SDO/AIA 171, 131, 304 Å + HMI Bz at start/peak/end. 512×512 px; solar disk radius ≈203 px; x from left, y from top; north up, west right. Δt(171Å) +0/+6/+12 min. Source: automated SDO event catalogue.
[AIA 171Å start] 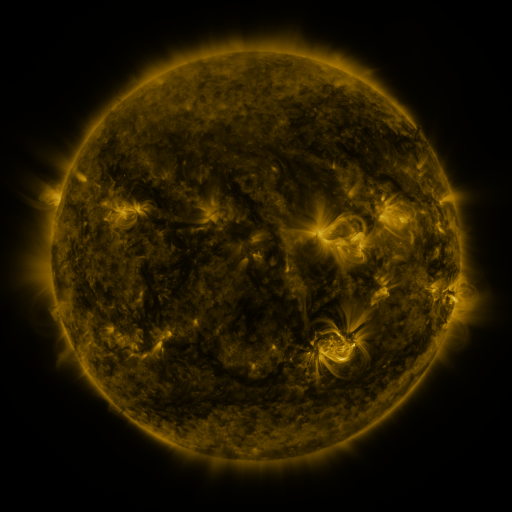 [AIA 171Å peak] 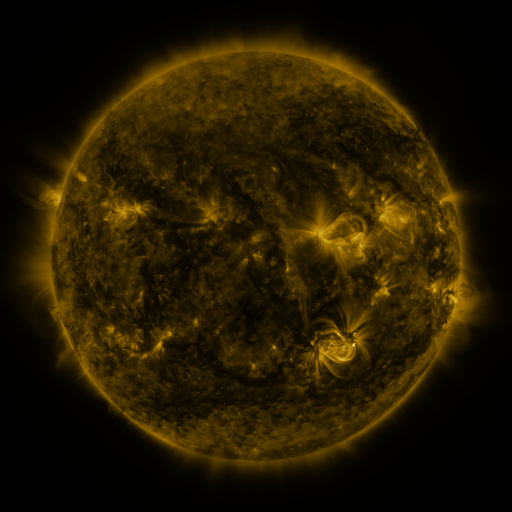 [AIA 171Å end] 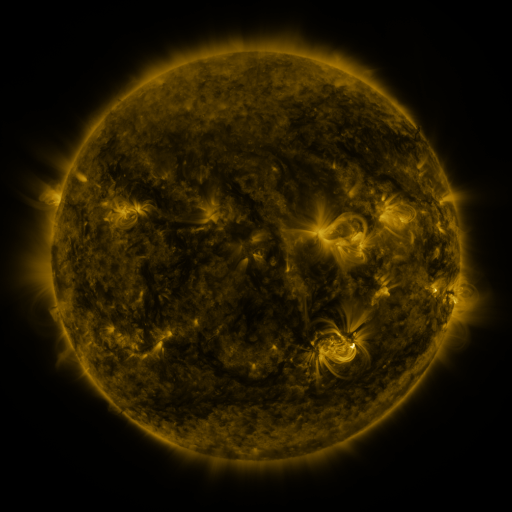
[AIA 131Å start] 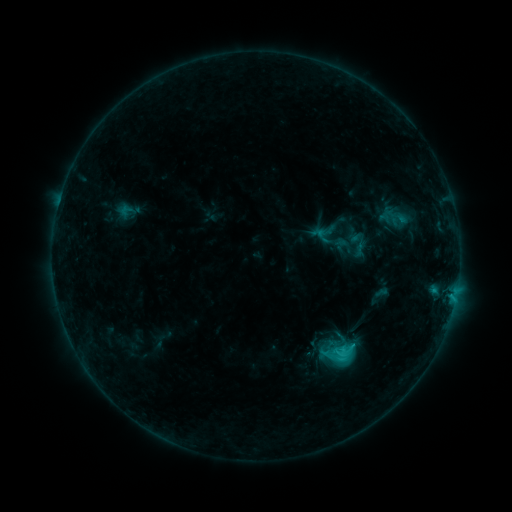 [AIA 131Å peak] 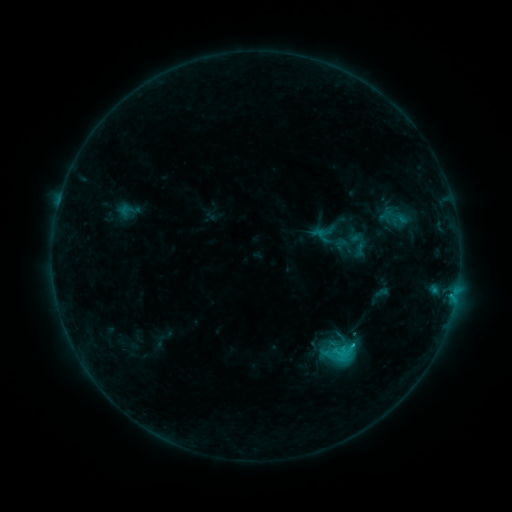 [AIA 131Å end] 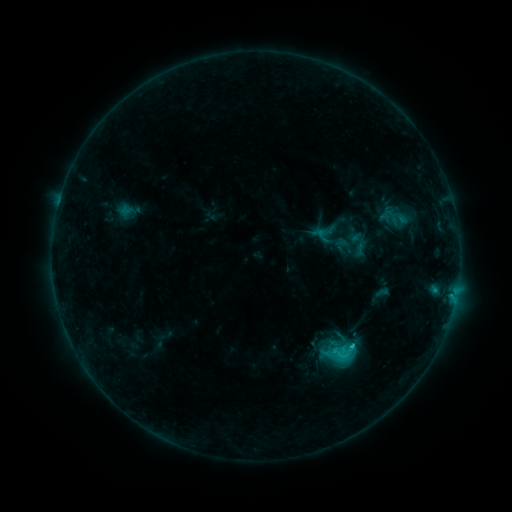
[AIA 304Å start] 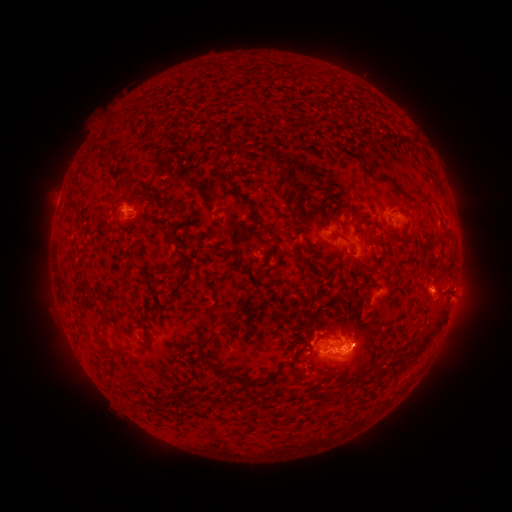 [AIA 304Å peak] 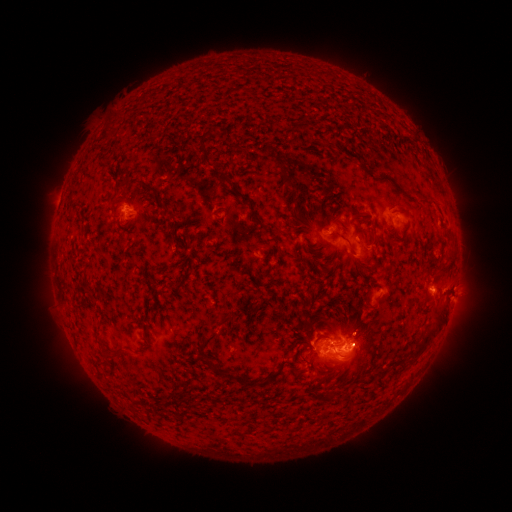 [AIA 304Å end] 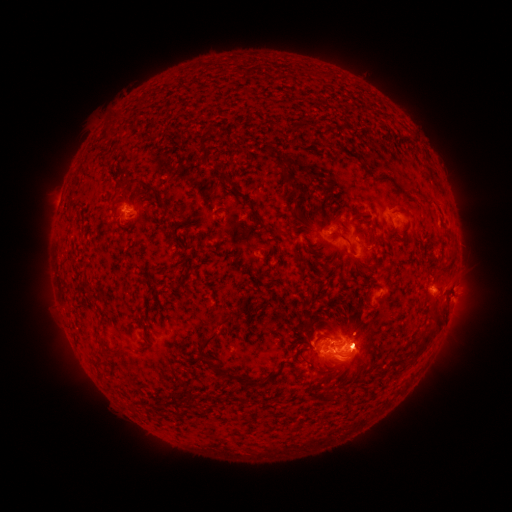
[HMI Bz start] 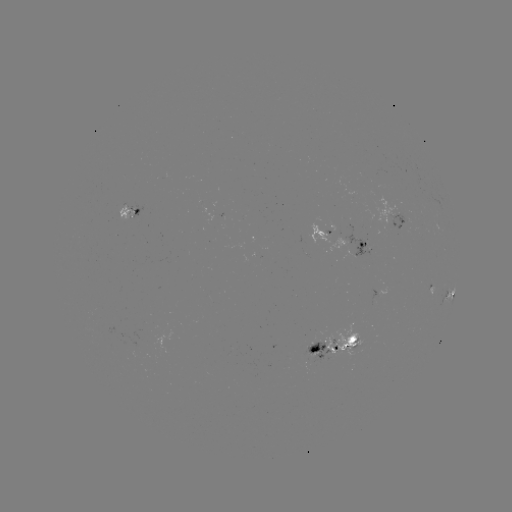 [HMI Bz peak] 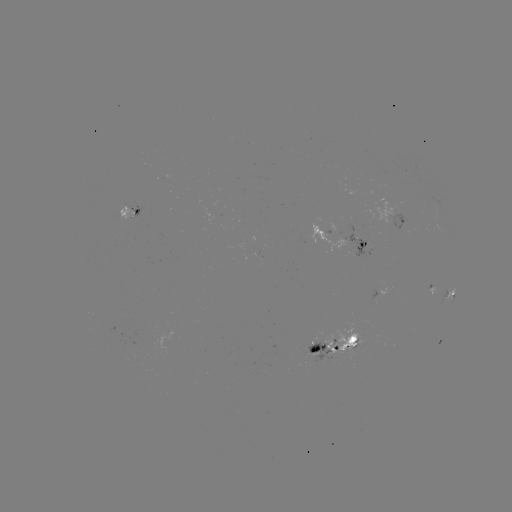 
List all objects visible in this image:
C3.4 flare: (351, 344)
